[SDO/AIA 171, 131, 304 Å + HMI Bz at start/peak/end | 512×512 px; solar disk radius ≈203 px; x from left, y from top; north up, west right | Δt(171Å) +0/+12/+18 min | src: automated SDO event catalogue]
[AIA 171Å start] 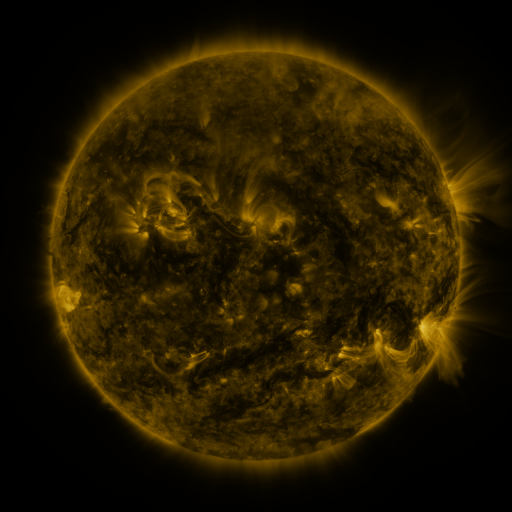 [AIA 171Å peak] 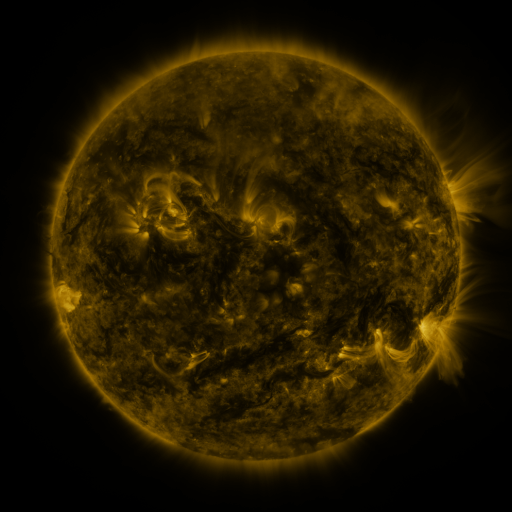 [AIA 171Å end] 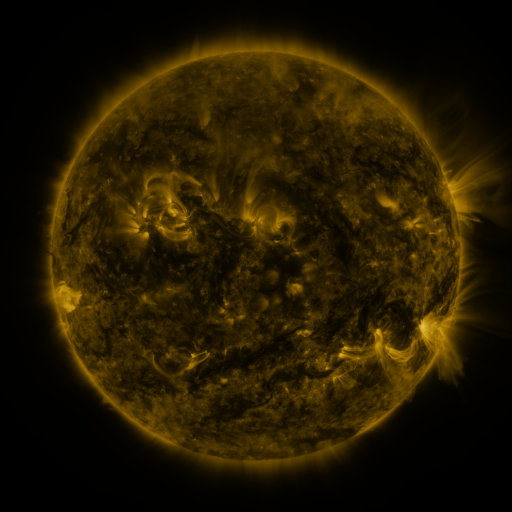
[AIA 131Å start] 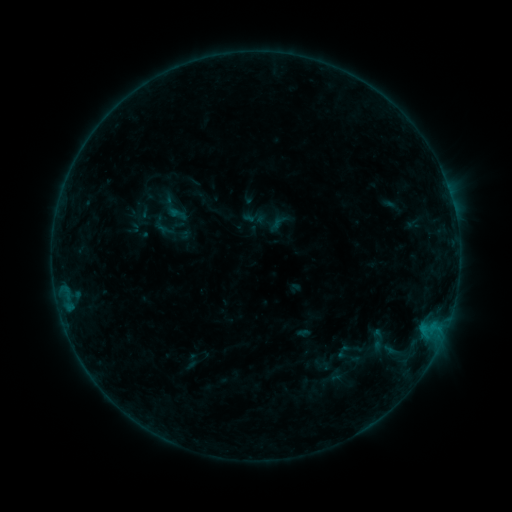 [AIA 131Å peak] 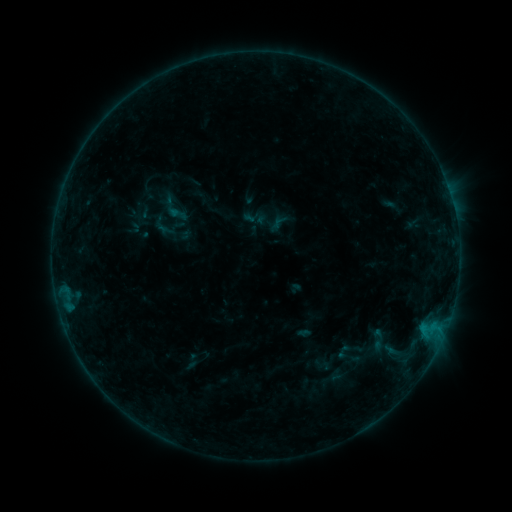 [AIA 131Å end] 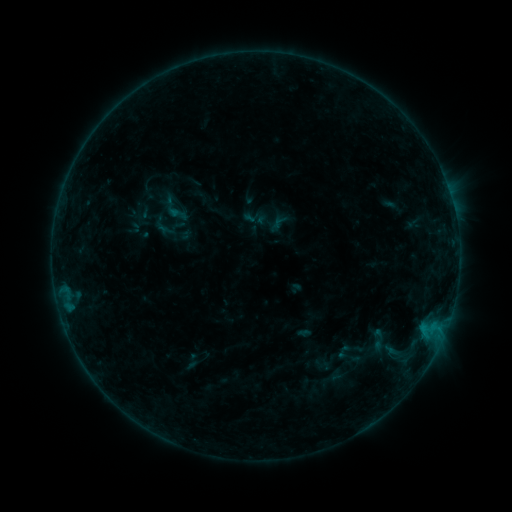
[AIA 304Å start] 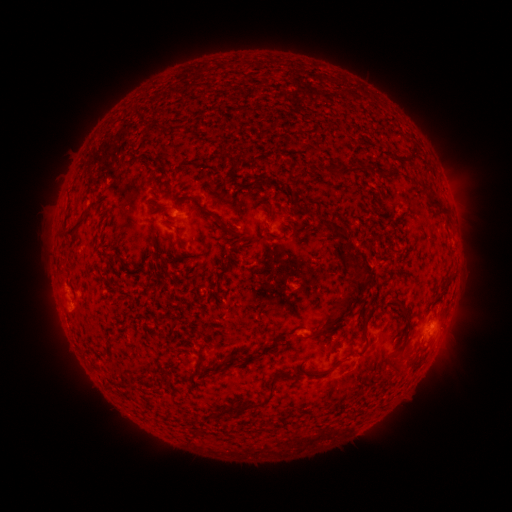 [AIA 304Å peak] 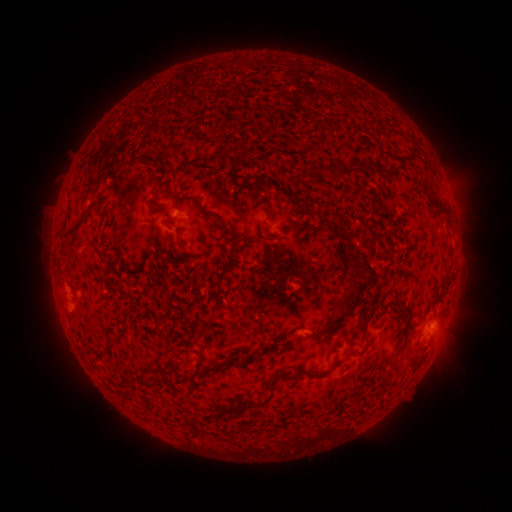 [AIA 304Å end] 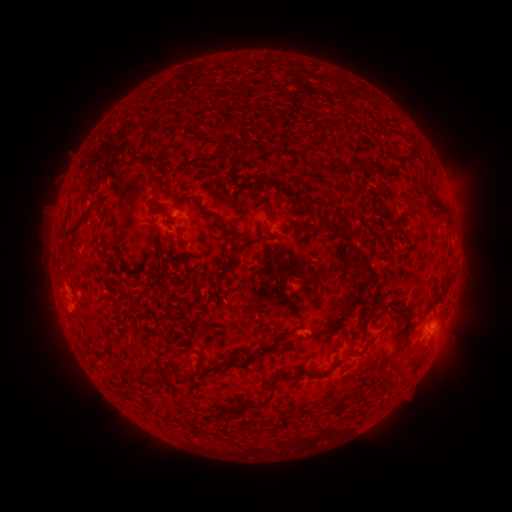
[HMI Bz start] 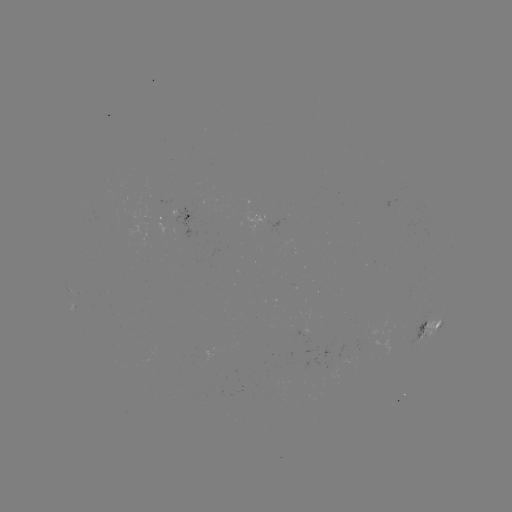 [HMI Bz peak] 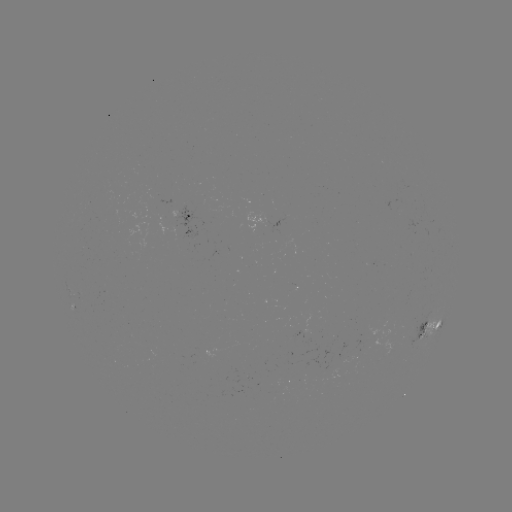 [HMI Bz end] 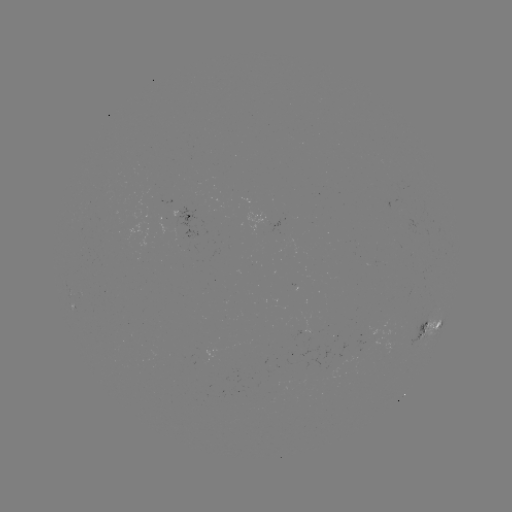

nothing was catalogued: no classed flare, no EUV trigger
